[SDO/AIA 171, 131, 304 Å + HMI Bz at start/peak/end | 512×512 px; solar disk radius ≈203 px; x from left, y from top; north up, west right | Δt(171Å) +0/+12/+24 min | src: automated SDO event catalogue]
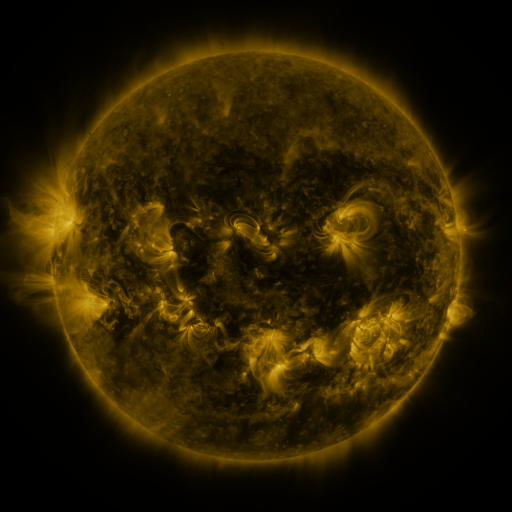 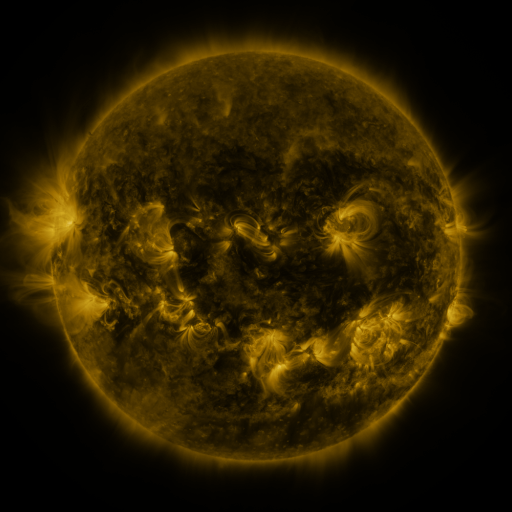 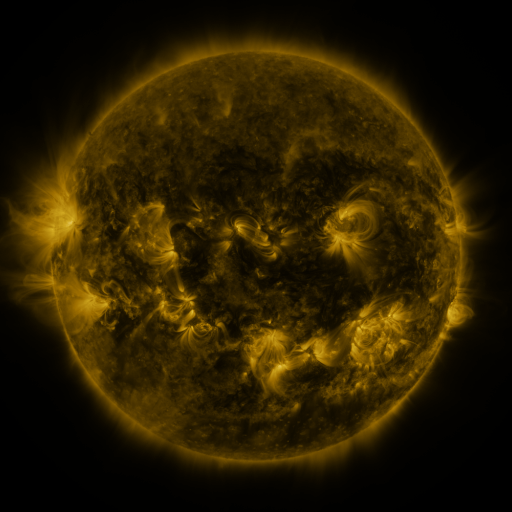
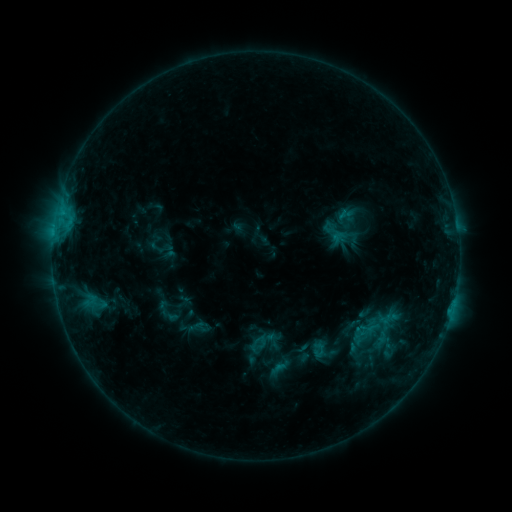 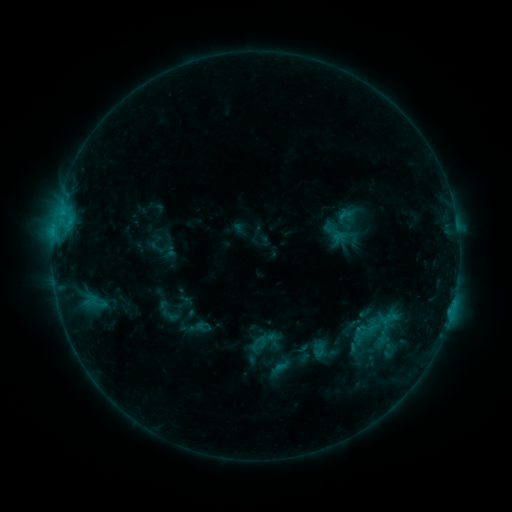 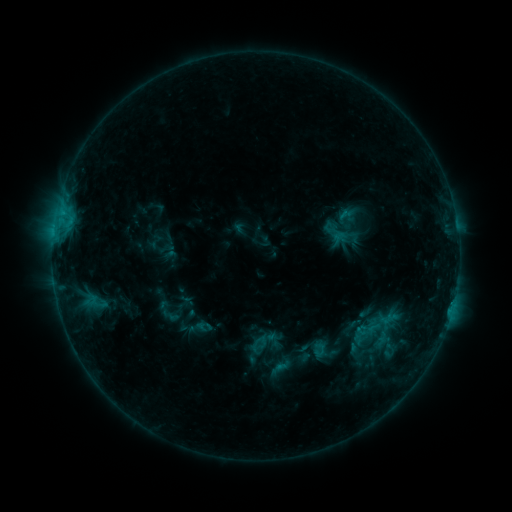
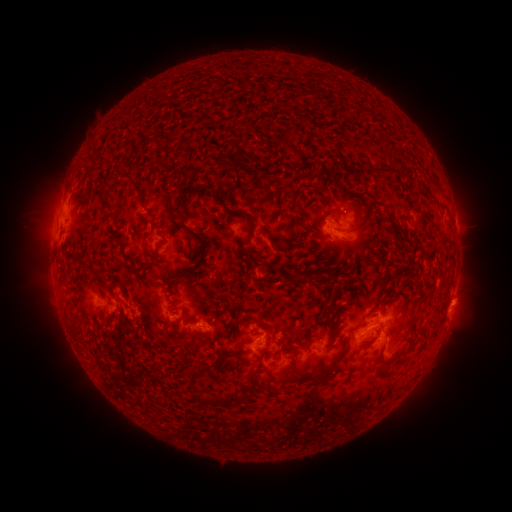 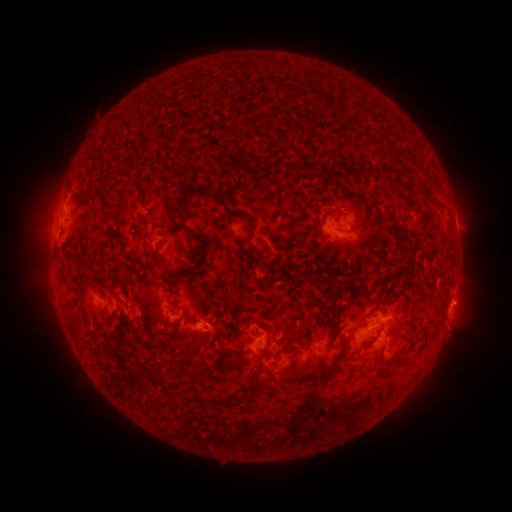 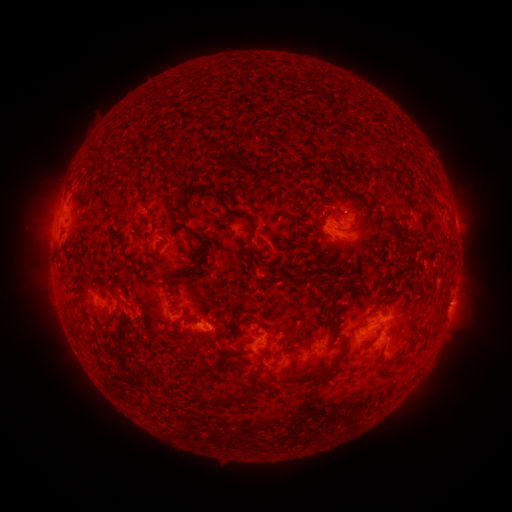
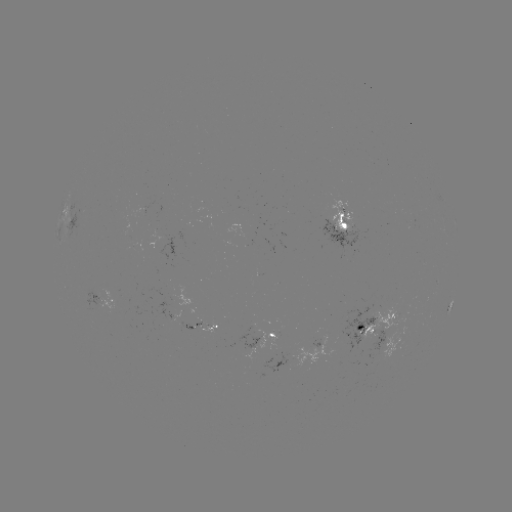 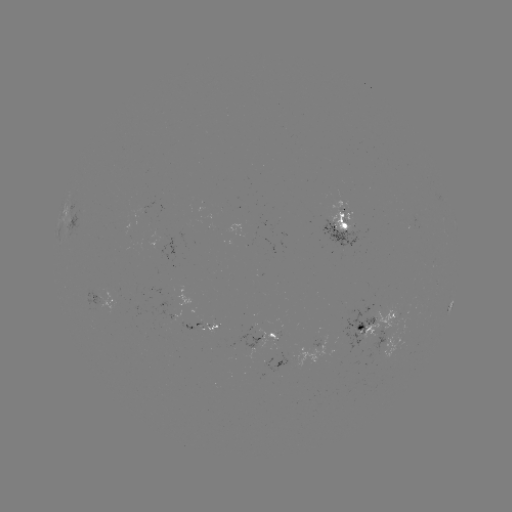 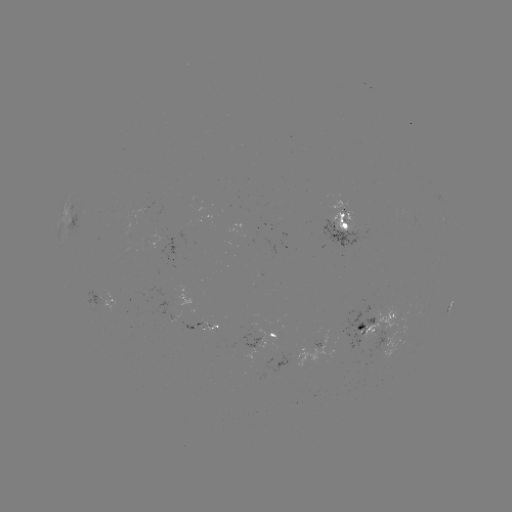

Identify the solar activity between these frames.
nothing was catalogued: no classed flare, no EUV trigger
